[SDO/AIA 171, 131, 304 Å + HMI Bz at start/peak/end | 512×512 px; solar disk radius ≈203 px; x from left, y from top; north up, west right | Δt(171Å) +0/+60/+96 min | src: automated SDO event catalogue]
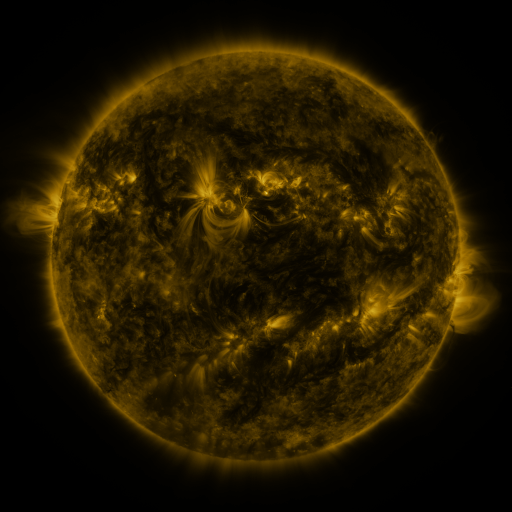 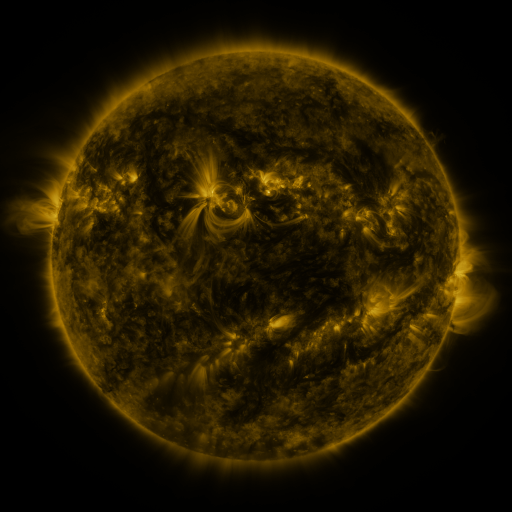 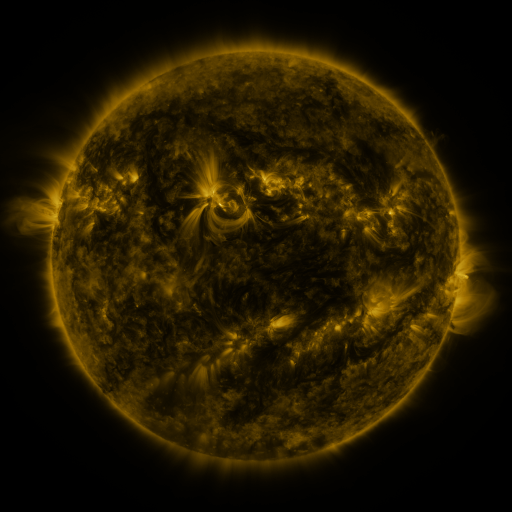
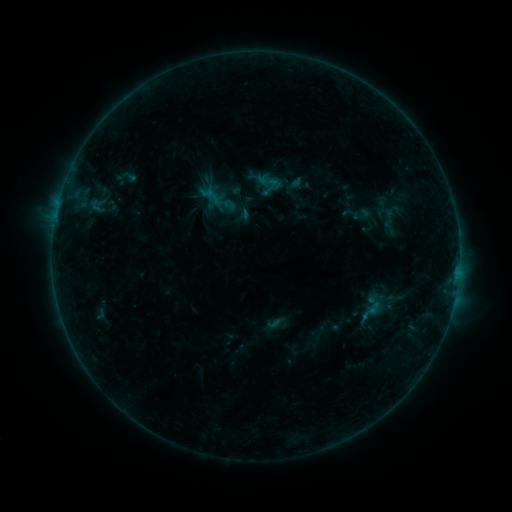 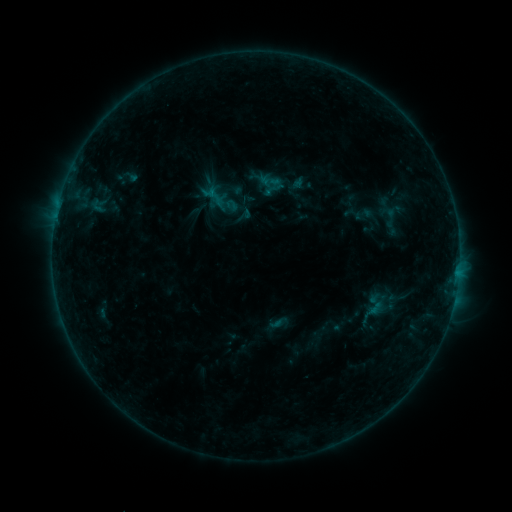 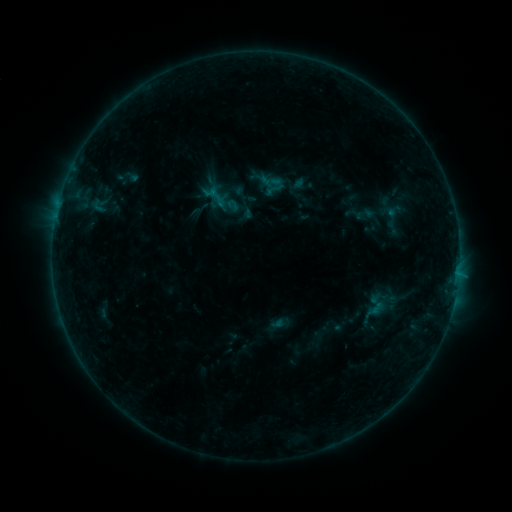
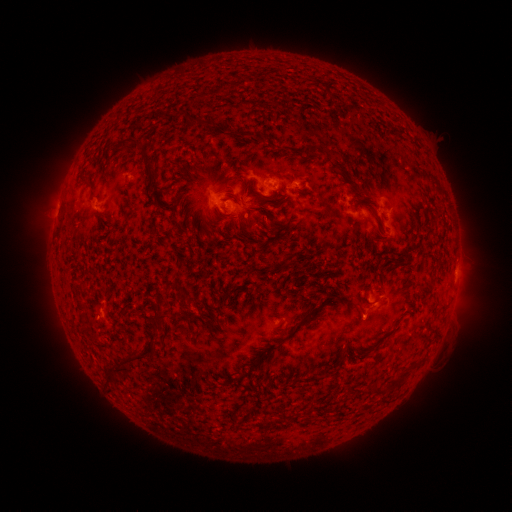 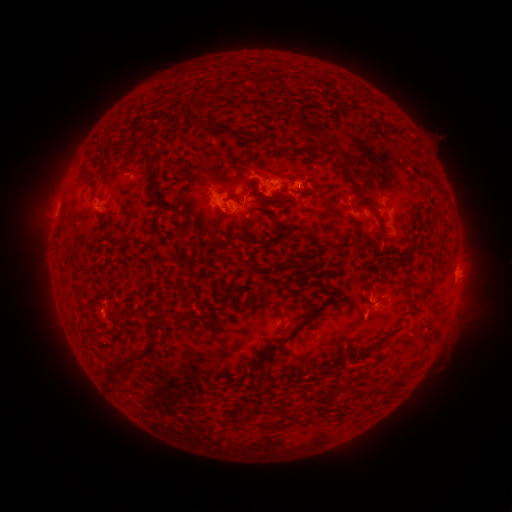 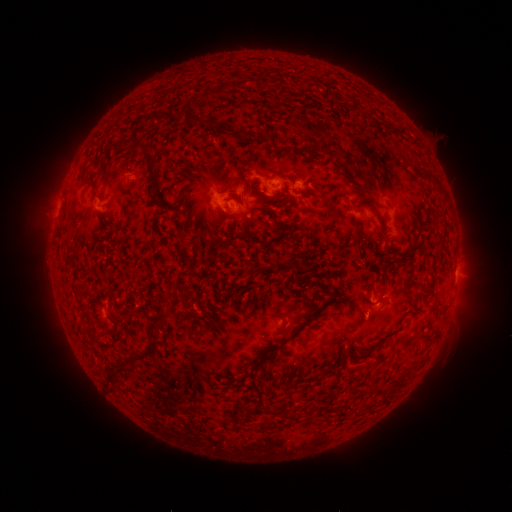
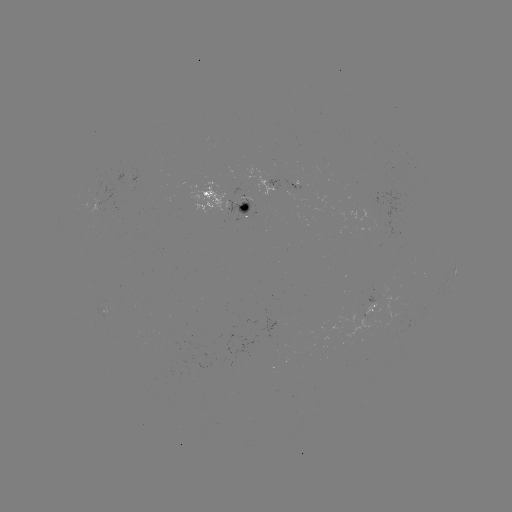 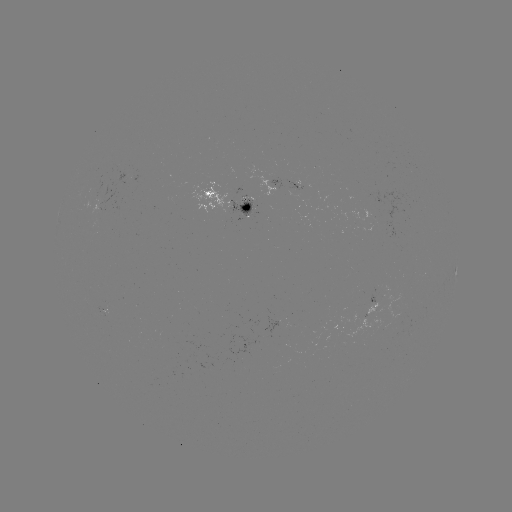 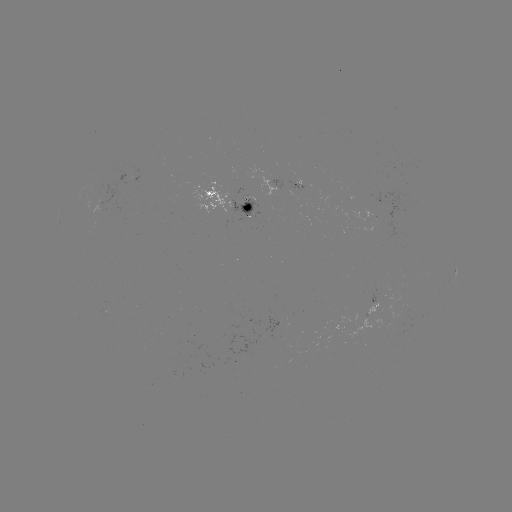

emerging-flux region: <bbox>92, 210, 104, 226</bbox>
